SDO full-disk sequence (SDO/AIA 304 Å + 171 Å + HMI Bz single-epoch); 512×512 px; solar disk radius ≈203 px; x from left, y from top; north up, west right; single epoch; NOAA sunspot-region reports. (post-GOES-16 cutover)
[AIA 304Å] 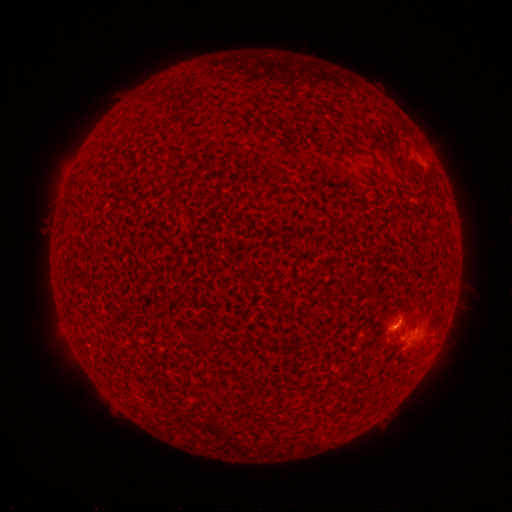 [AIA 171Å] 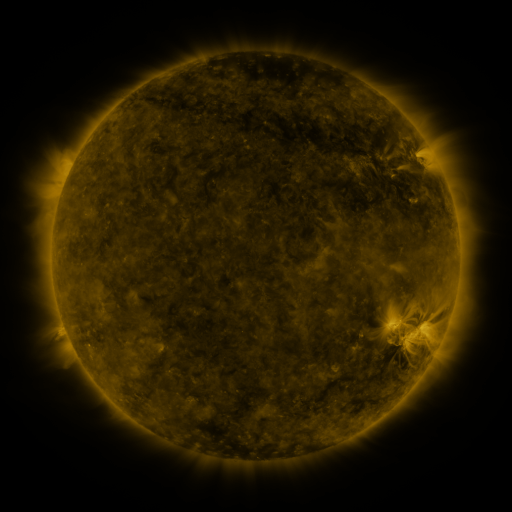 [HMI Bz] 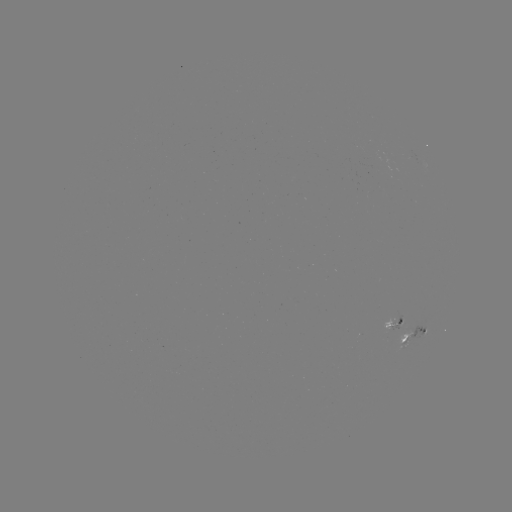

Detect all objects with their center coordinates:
spotted active region: (393, 326)
spotted active region: (414, 333)
